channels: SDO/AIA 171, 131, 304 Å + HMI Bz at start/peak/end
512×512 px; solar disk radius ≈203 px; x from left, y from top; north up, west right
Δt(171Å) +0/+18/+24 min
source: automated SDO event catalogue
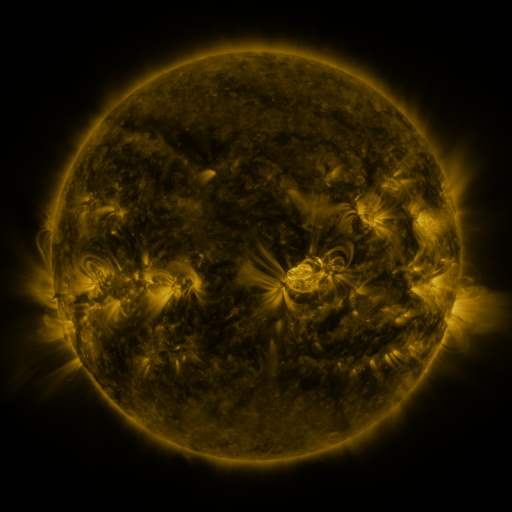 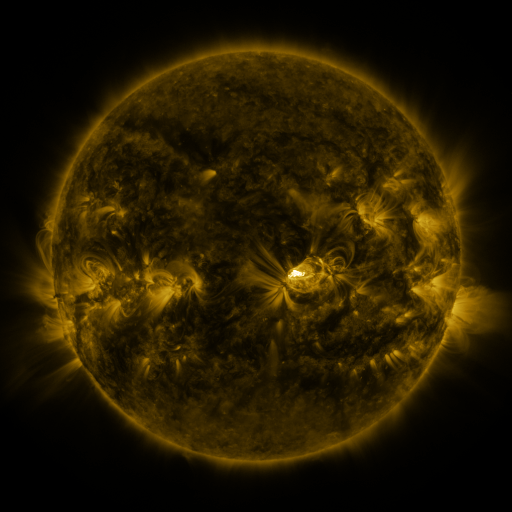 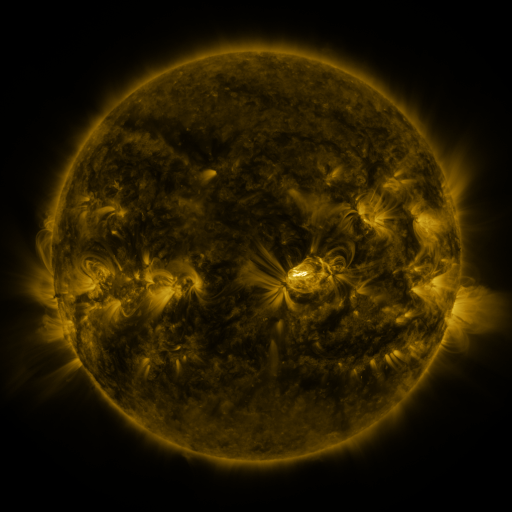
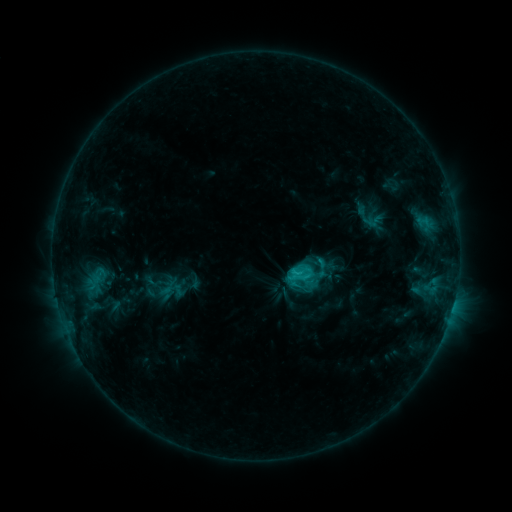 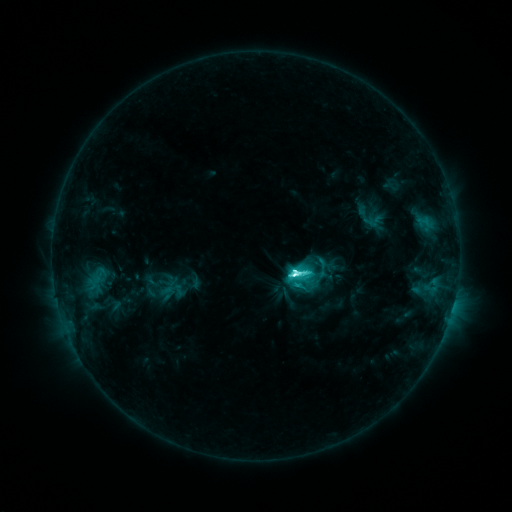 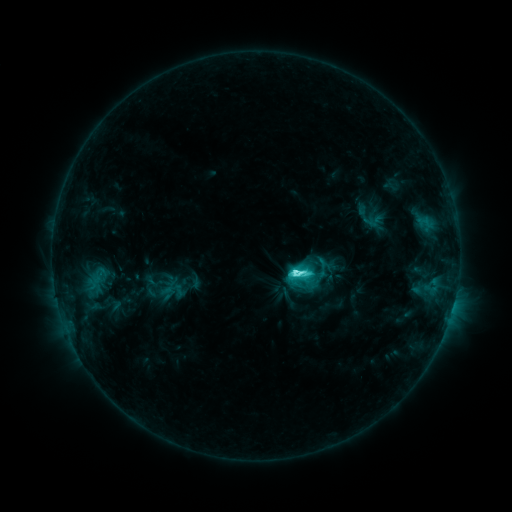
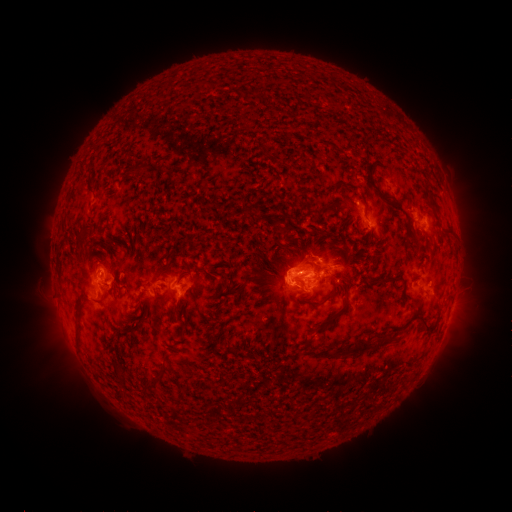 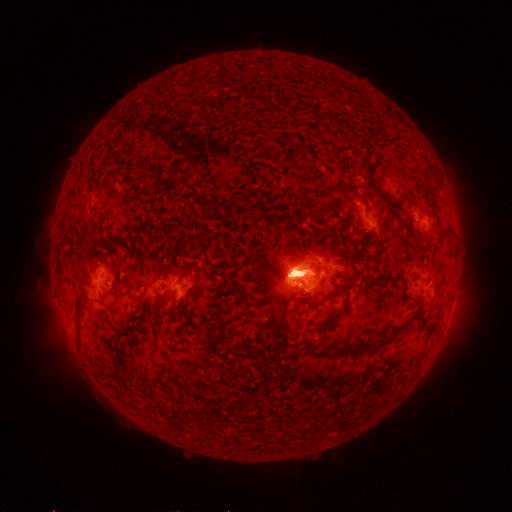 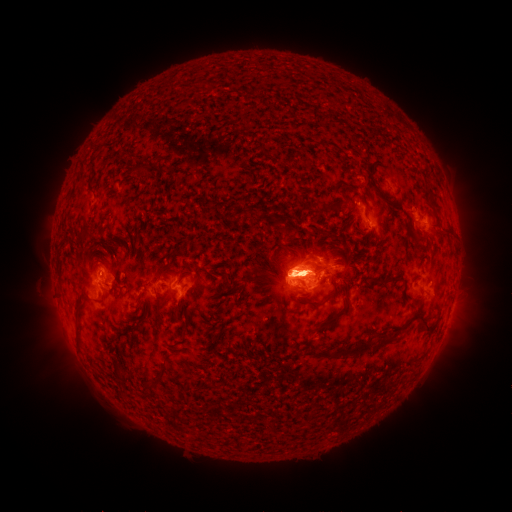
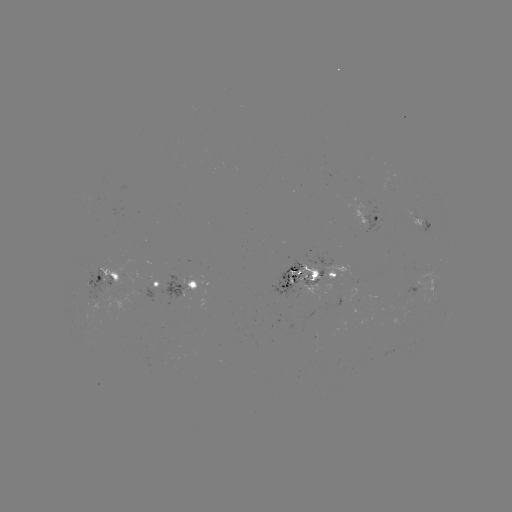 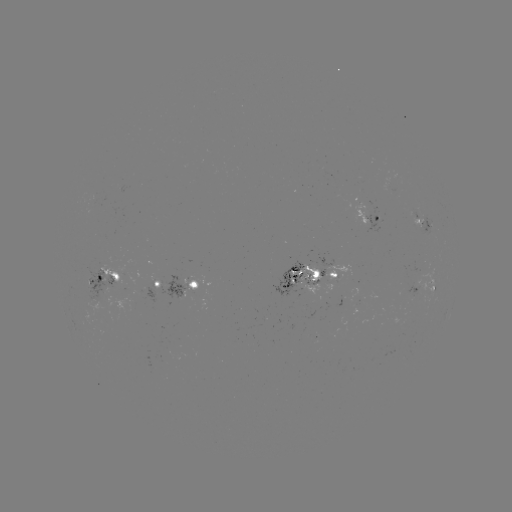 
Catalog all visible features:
M1.7 flare: (294, 271)
